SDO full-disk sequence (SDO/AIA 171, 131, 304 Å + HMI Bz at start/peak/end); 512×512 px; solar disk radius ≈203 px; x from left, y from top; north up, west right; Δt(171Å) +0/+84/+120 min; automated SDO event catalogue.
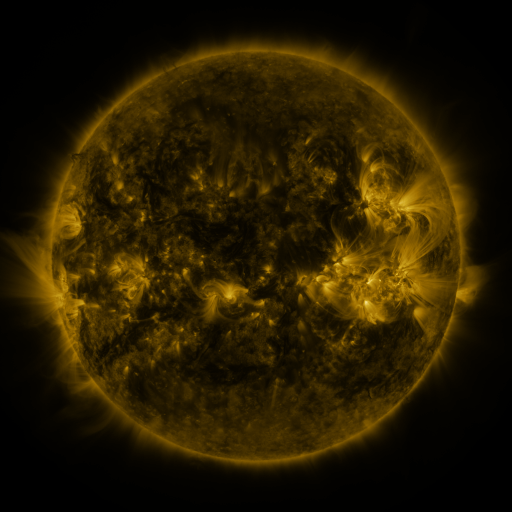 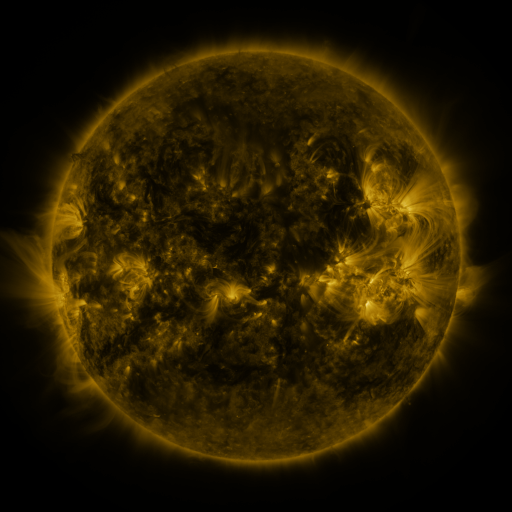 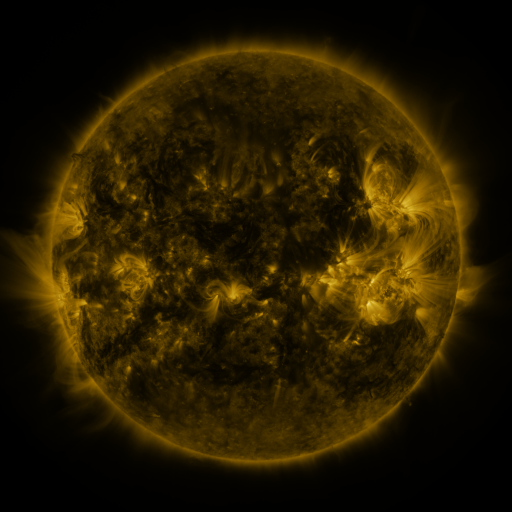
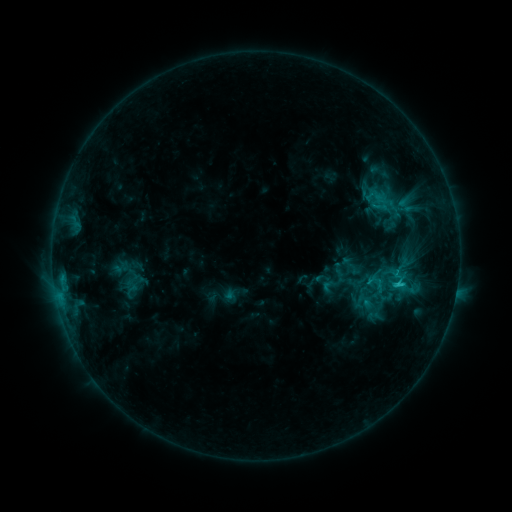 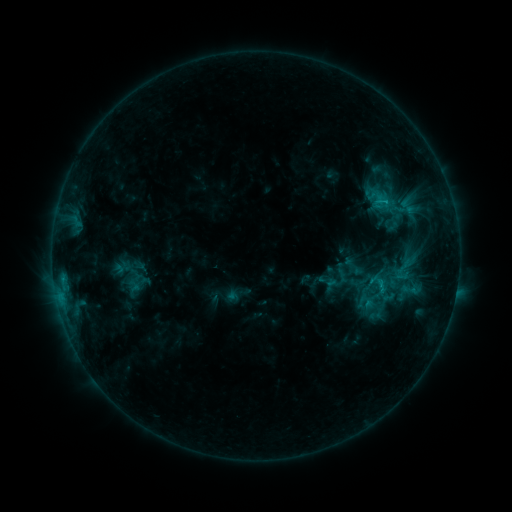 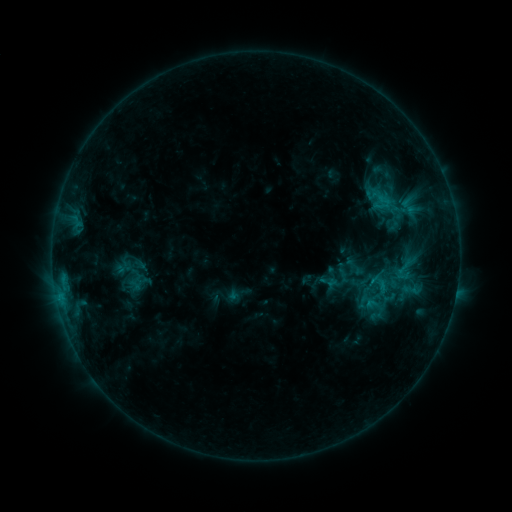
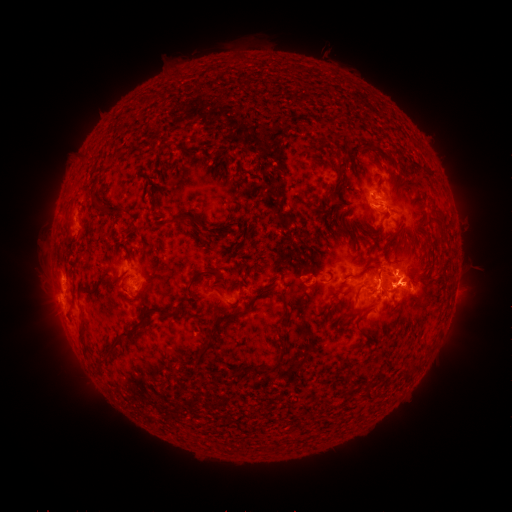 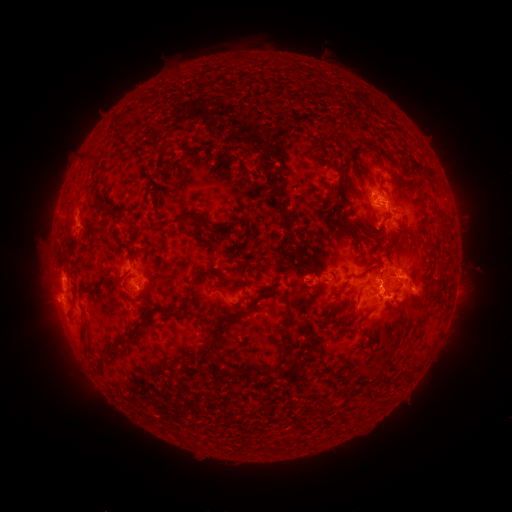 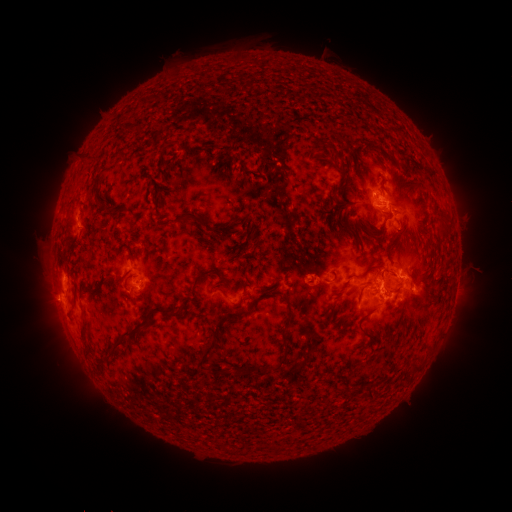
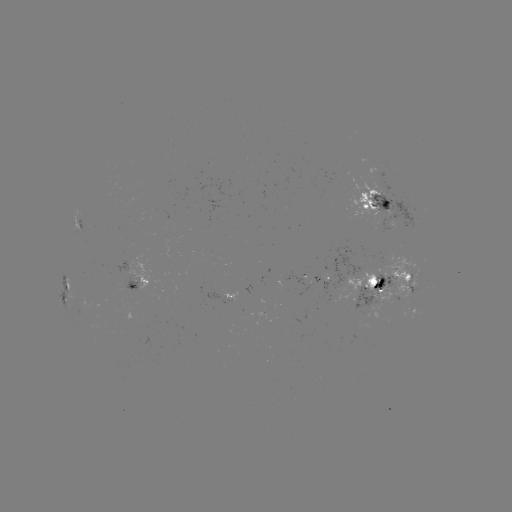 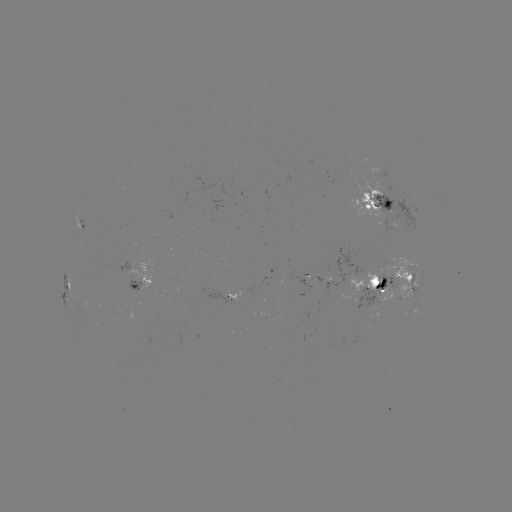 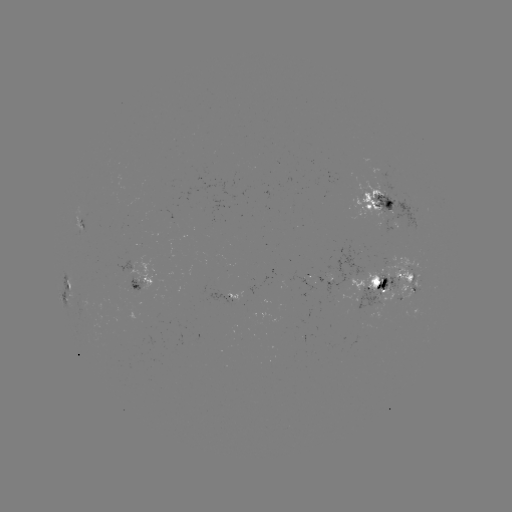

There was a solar emerging-flux region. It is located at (385, 215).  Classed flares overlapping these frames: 1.